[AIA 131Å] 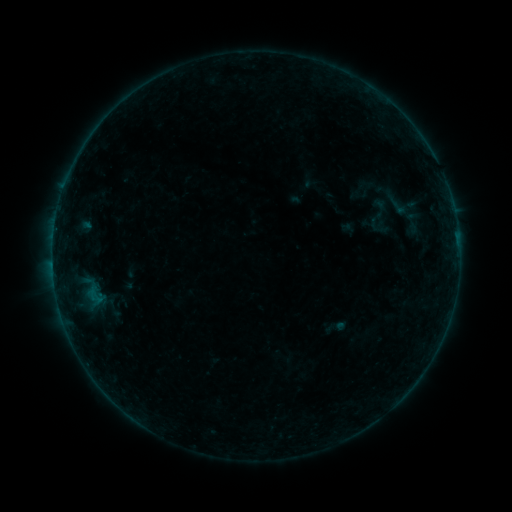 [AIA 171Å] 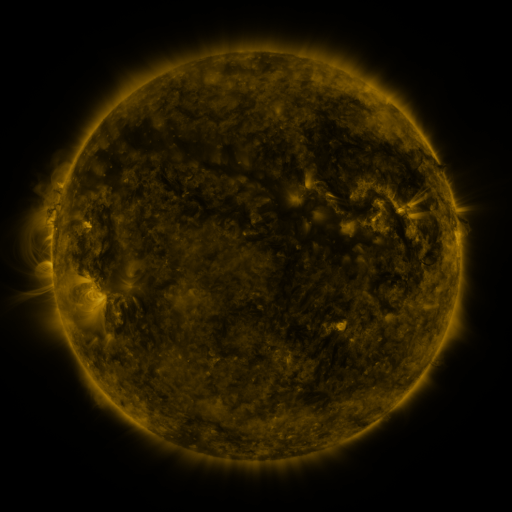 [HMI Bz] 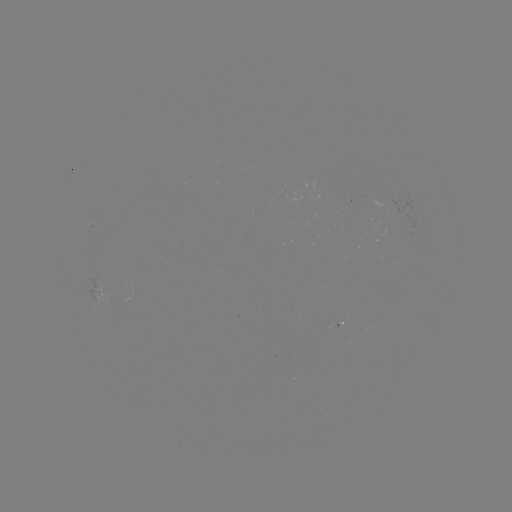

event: sigmoid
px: (413, 222)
